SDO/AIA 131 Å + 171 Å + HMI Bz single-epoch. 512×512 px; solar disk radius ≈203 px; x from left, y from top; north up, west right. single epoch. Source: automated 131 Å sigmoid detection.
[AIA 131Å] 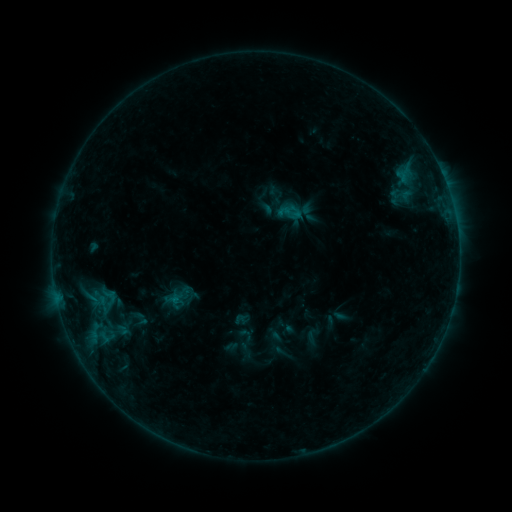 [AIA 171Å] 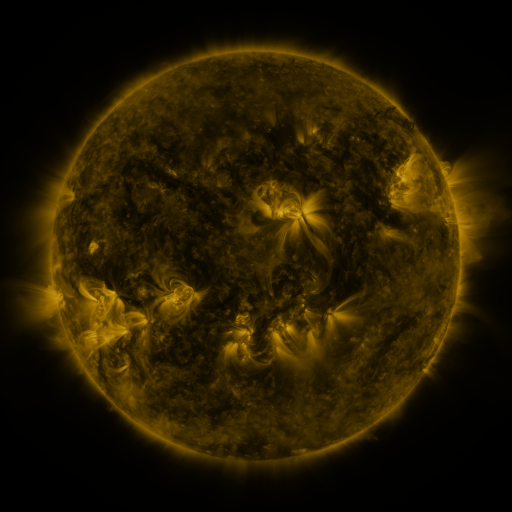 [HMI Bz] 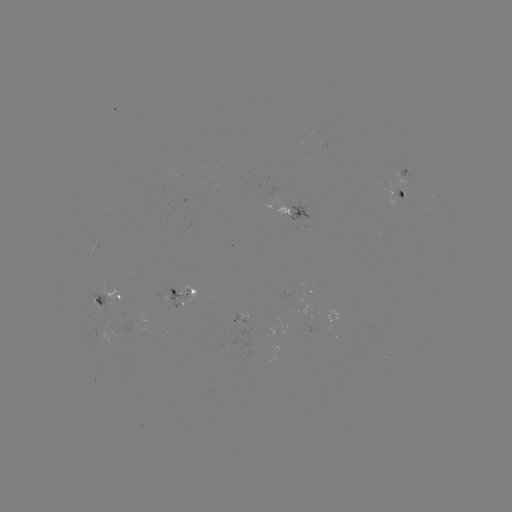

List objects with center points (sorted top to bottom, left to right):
sigmoid: (107, 297)
